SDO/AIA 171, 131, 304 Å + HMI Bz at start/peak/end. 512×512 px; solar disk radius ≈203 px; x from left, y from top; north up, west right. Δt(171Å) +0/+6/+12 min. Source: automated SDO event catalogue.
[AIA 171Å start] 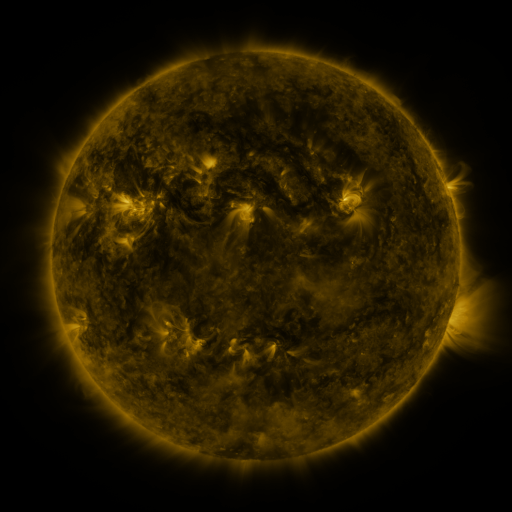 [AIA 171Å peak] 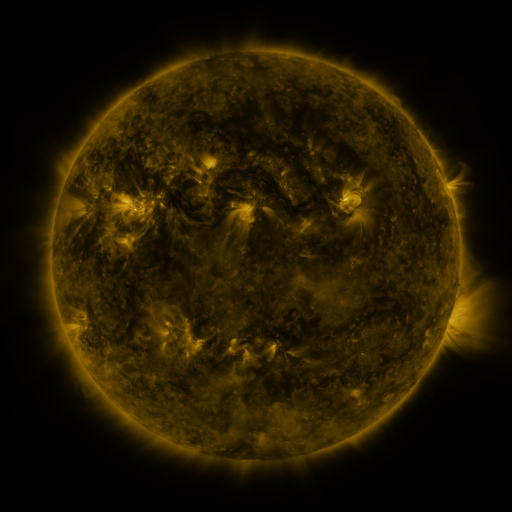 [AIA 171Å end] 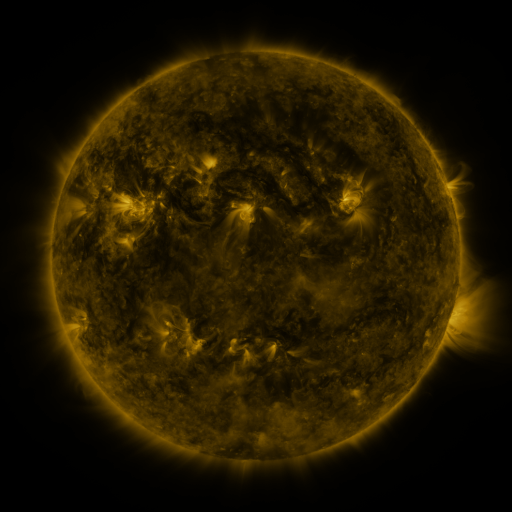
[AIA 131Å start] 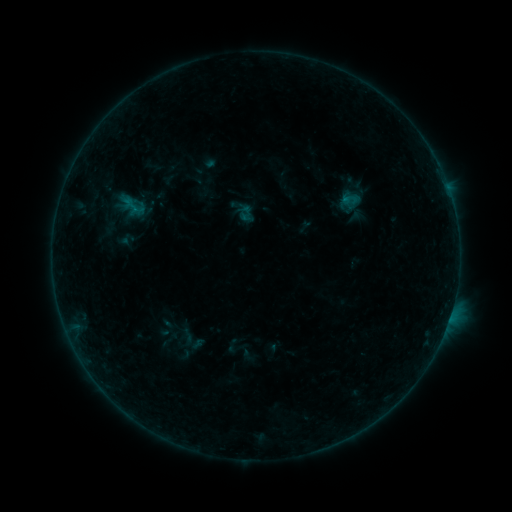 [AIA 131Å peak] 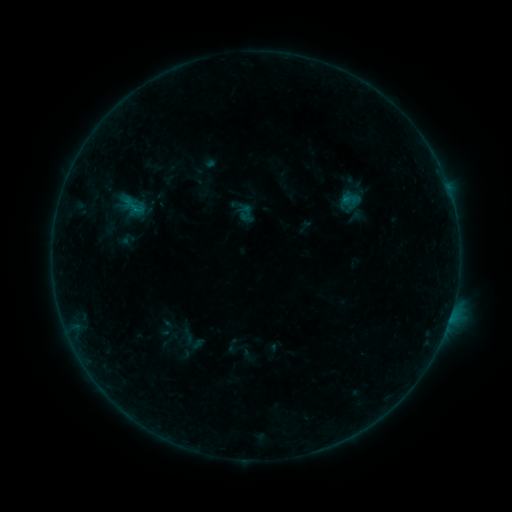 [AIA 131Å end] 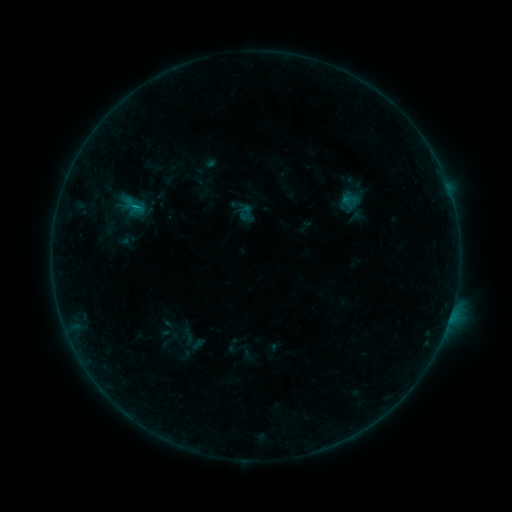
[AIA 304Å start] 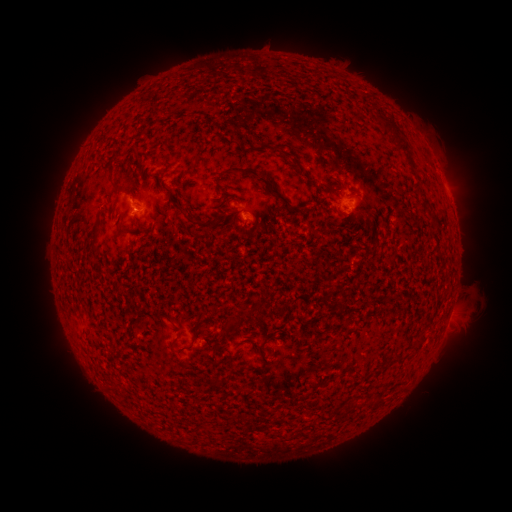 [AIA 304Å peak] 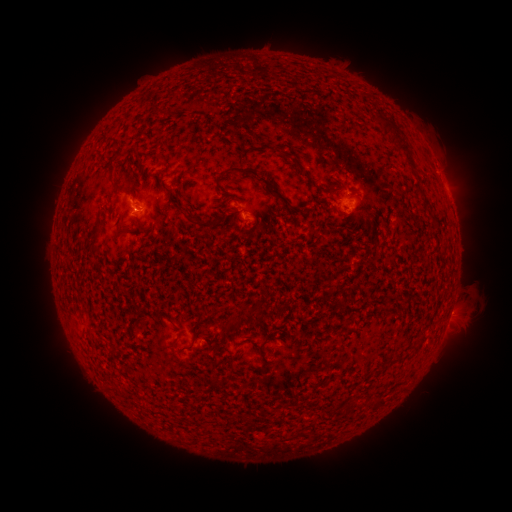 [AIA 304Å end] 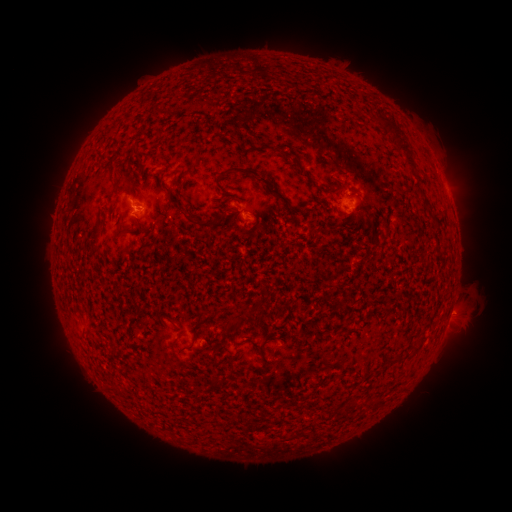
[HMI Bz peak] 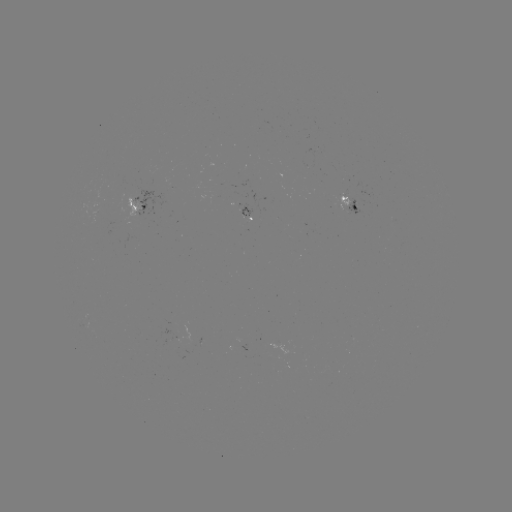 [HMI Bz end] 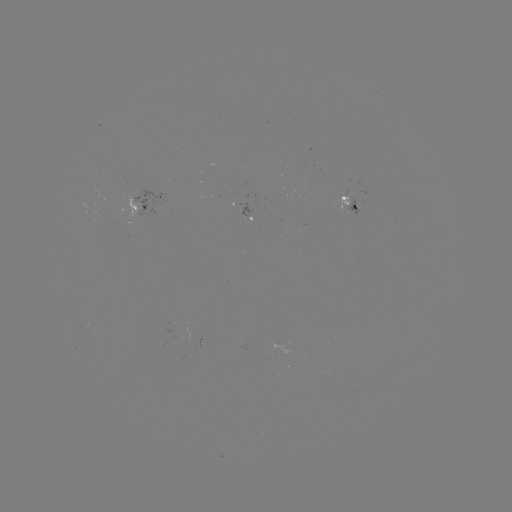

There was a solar flare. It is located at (134, 210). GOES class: B3.5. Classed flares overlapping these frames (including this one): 1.